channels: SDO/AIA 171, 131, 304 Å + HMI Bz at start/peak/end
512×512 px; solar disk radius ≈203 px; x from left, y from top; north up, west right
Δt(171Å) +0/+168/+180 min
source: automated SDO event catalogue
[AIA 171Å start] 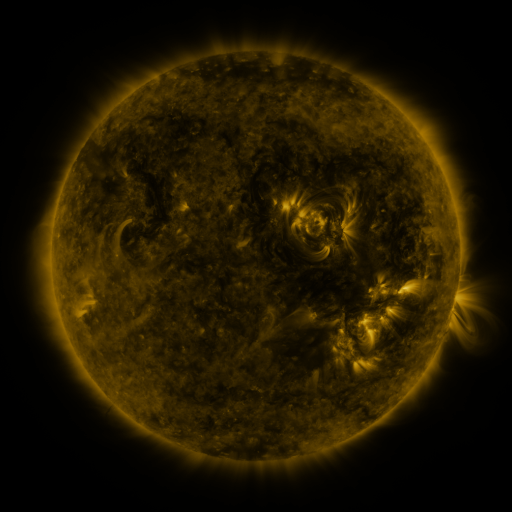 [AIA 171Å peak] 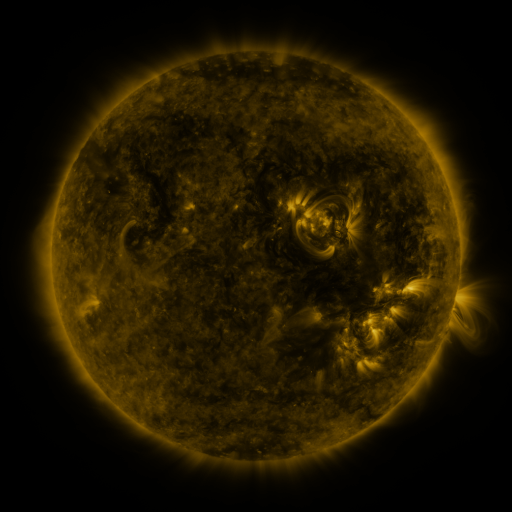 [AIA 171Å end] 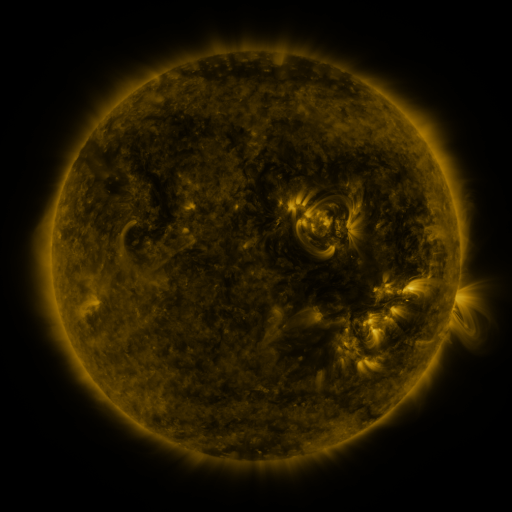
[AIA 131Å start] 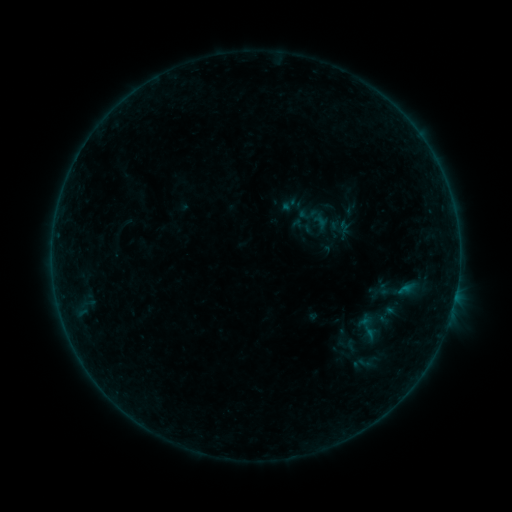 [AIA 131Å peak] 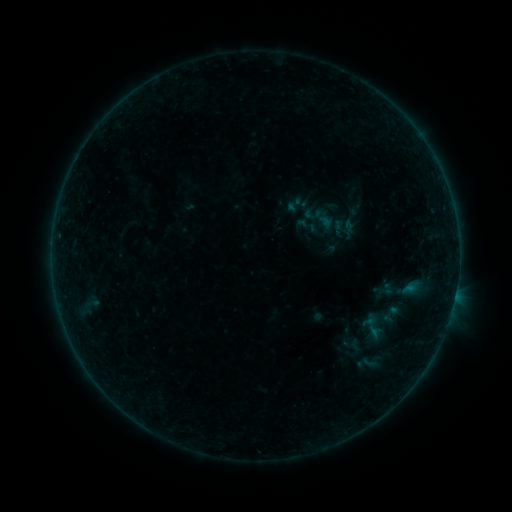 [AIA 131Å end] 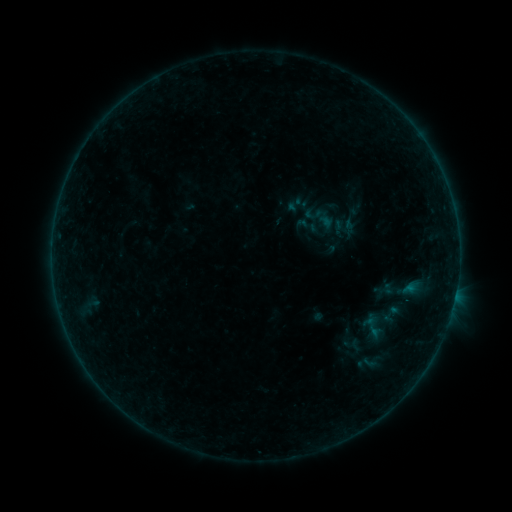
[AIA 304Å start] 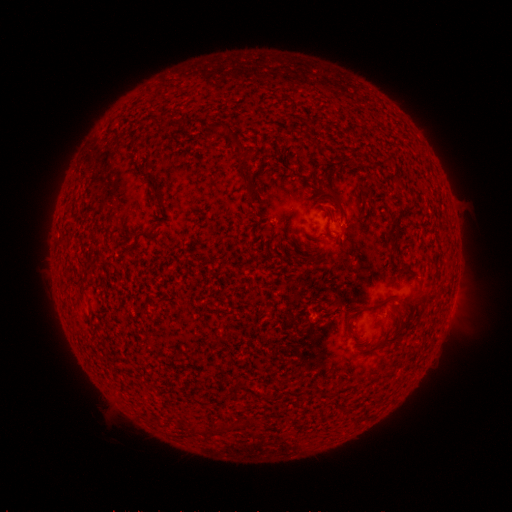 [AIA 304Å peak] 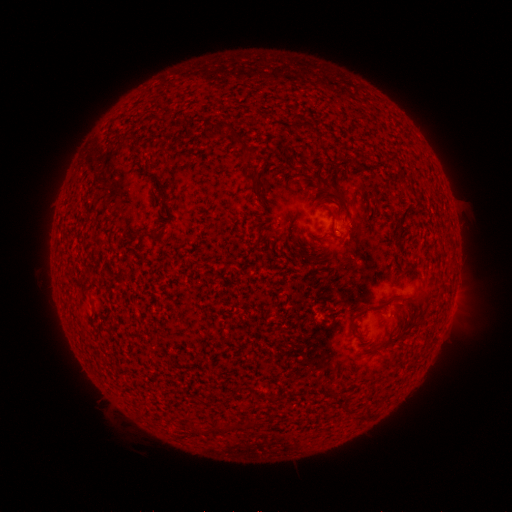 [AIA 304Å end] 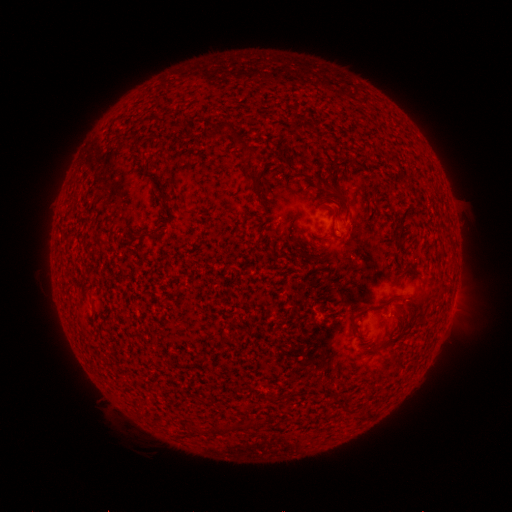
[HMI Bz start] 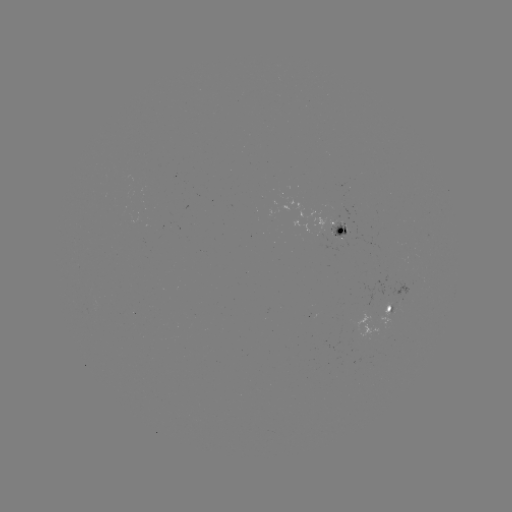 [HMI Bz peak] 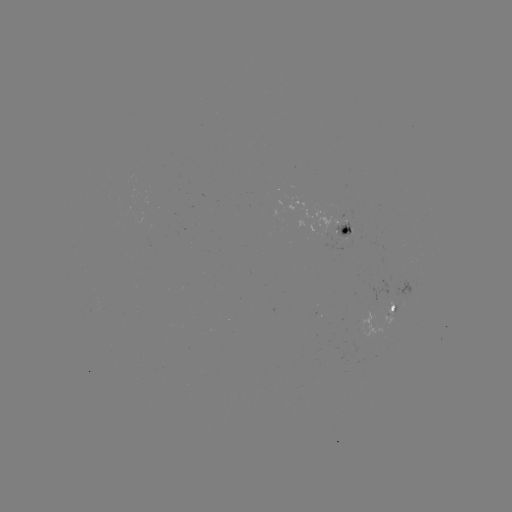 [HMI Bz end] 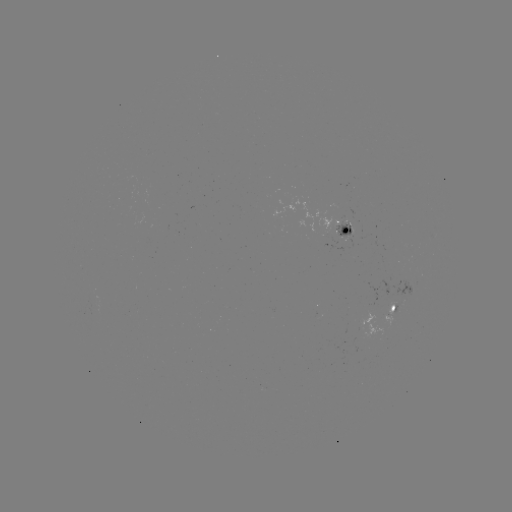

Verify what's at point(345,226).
emerging-flux region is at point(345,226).